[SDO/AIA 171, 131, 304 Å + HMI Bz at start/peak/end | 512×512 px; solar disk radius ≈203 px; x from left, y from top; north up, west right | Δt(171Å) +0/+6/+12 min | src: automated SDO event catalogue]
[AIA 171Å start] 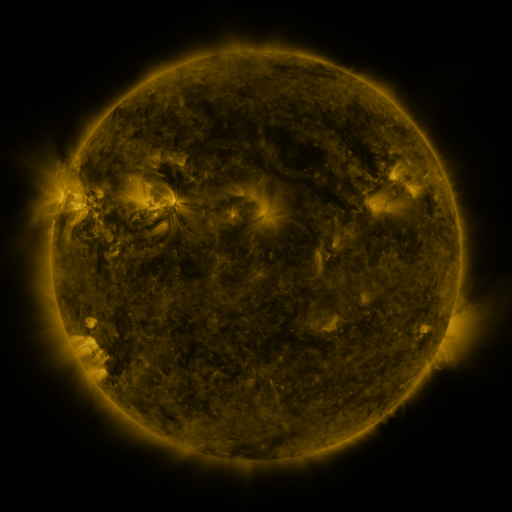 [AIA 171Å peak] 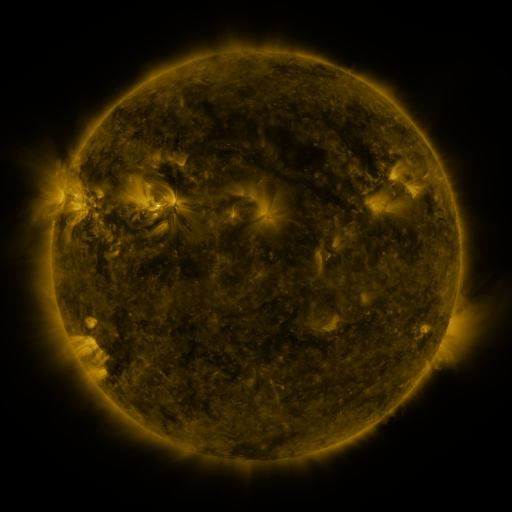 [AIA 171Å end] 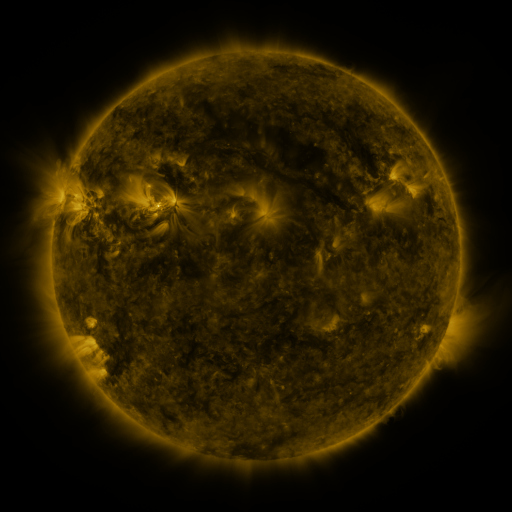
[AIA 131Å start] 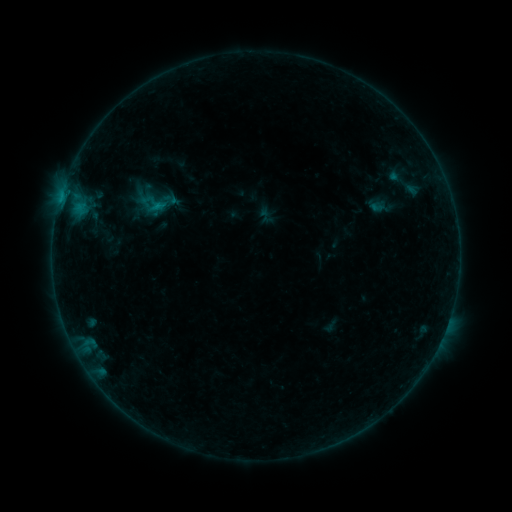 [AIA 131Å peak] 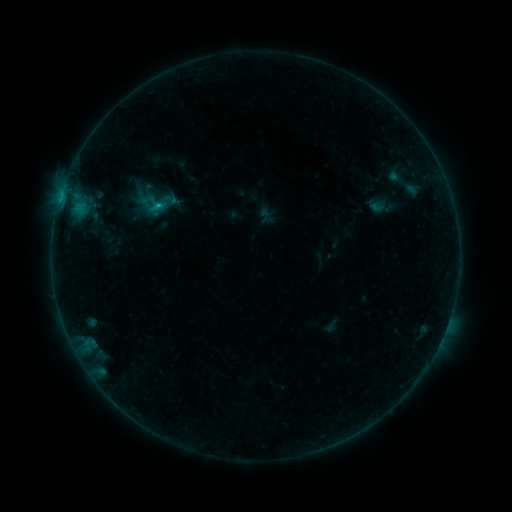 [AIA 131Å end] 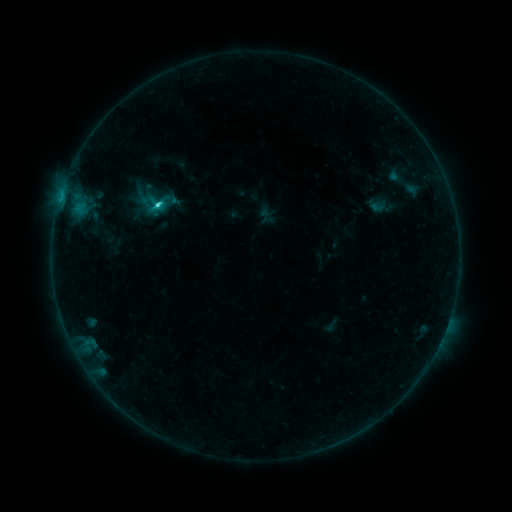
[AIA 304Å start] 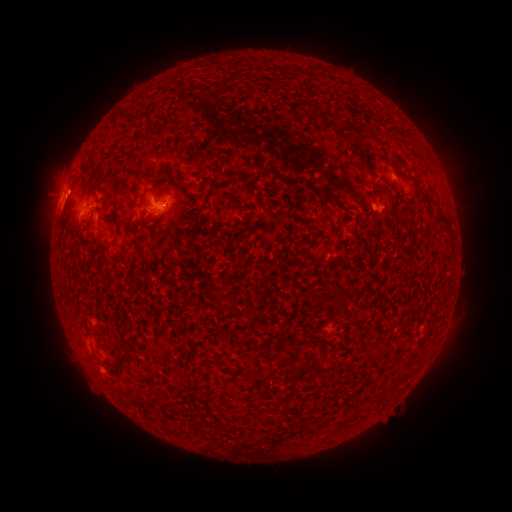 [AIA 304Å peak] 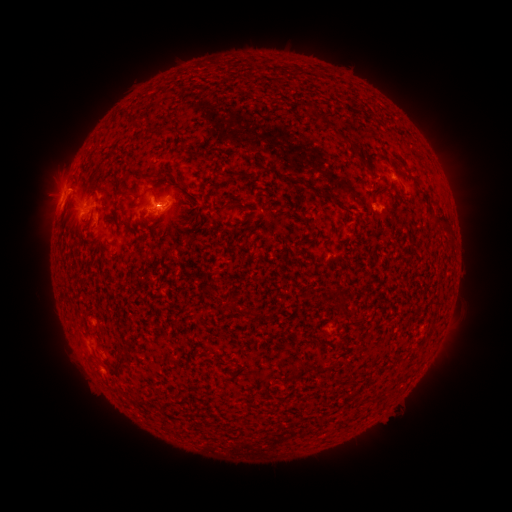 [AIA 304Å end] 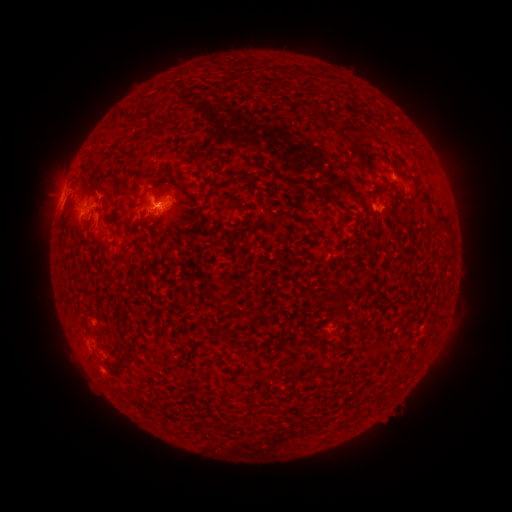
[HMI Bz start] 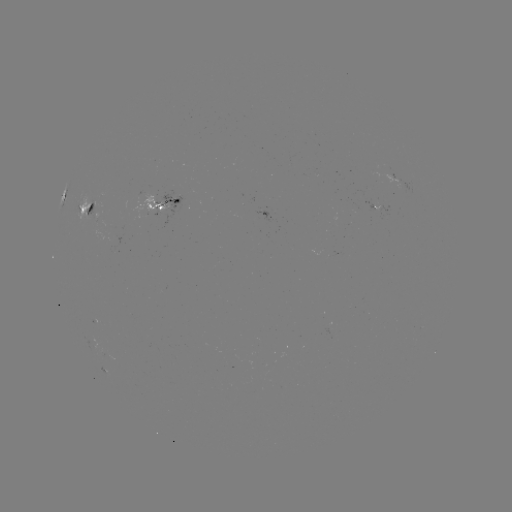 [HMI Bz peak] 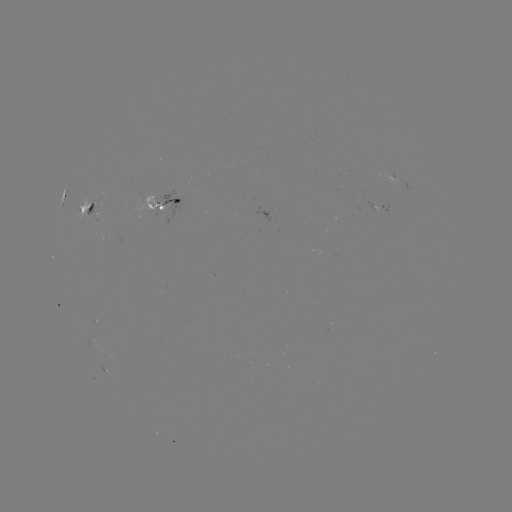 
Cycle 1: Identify C2.2 flare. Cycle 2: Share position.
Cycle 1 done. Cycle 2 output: [162, 205].